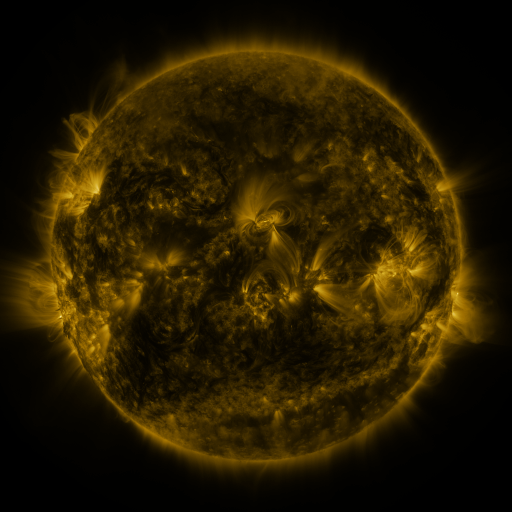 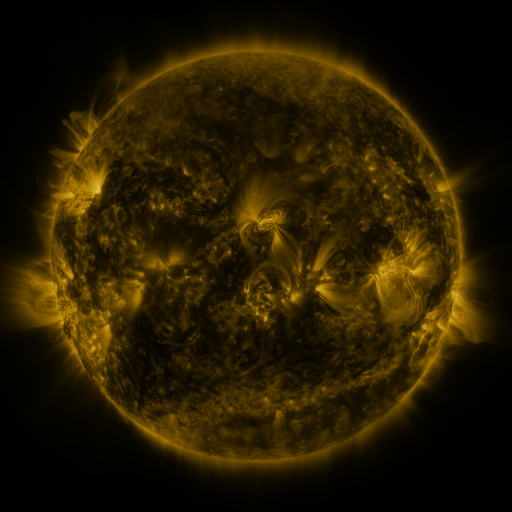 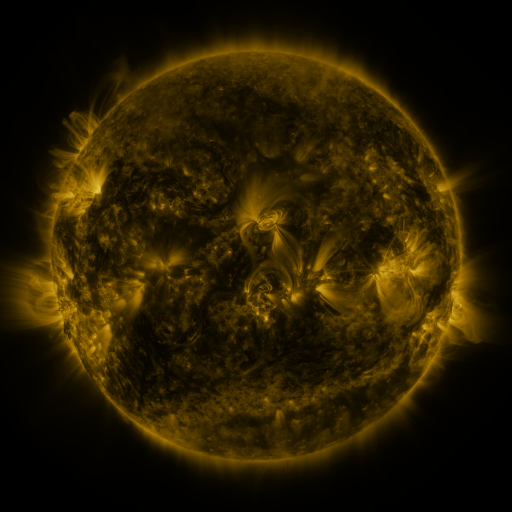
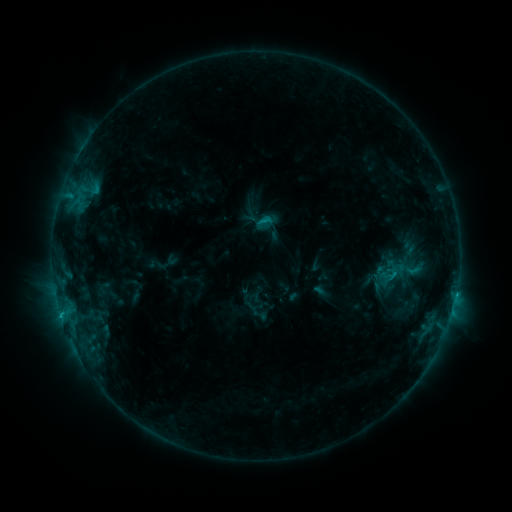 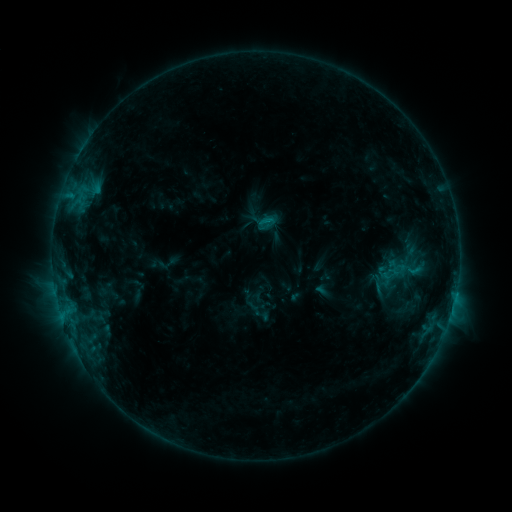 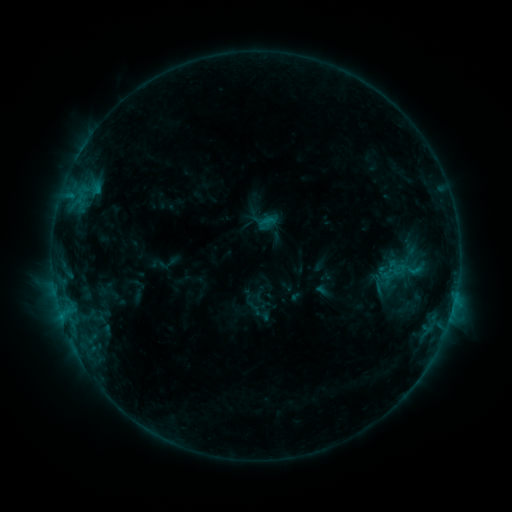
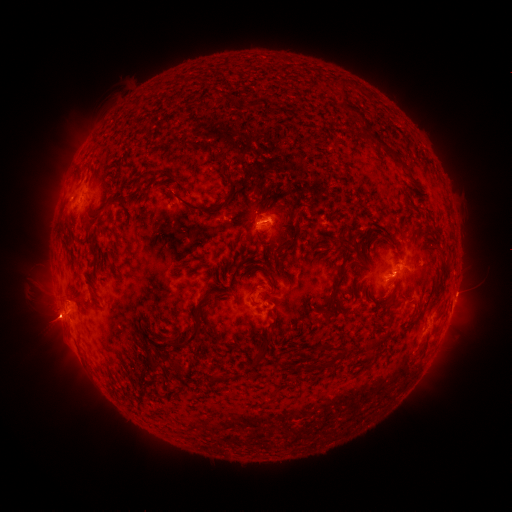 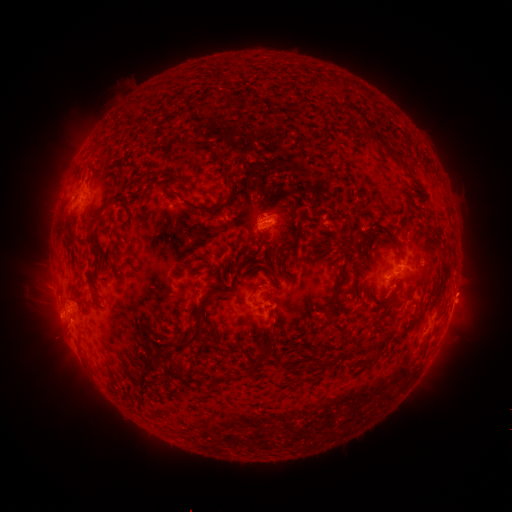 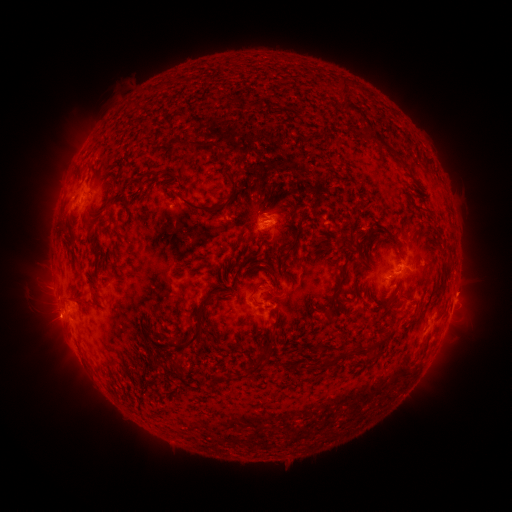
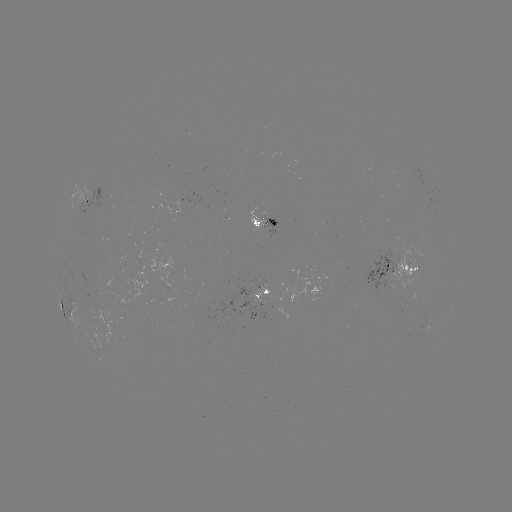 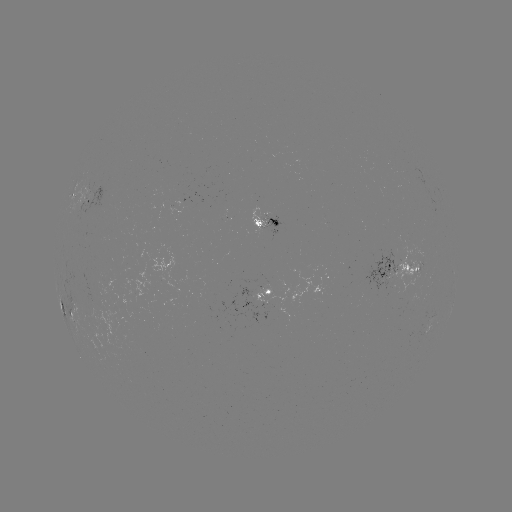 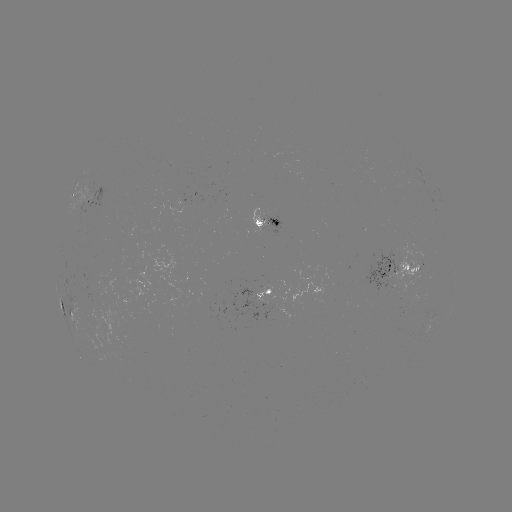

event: emerging-flux region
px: (416, 265)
